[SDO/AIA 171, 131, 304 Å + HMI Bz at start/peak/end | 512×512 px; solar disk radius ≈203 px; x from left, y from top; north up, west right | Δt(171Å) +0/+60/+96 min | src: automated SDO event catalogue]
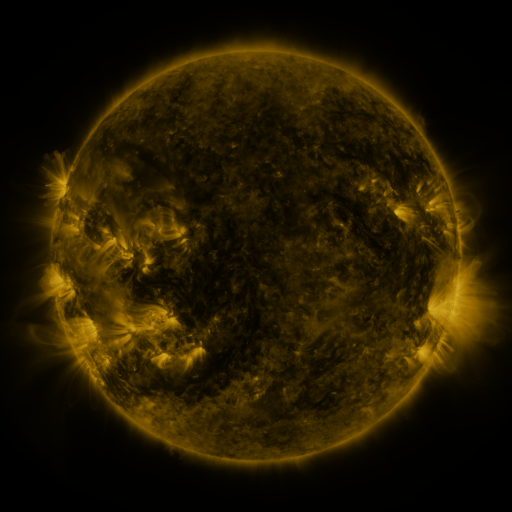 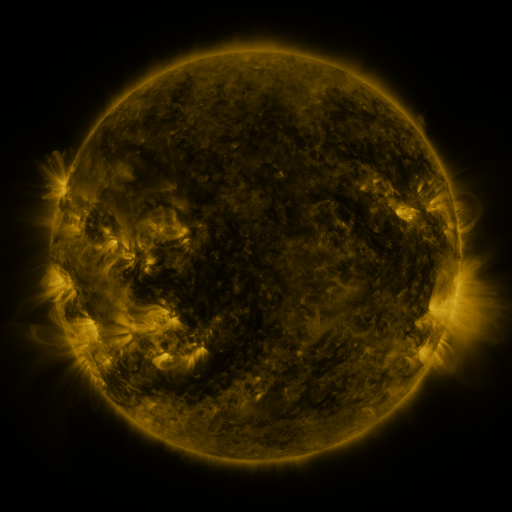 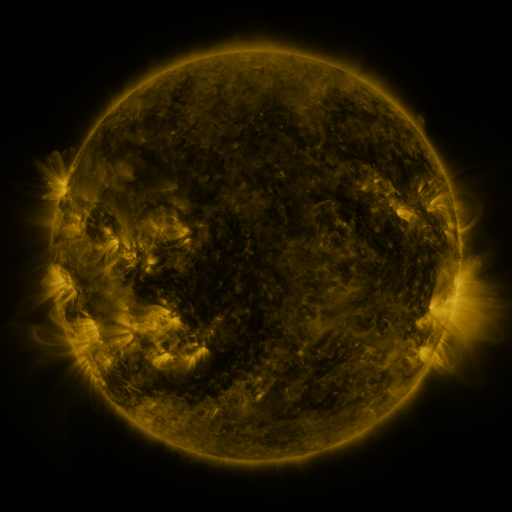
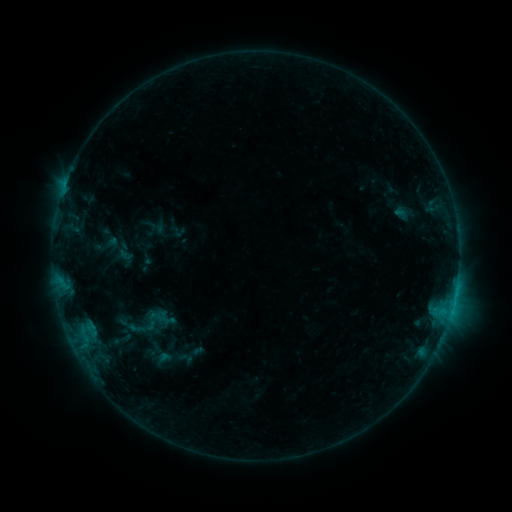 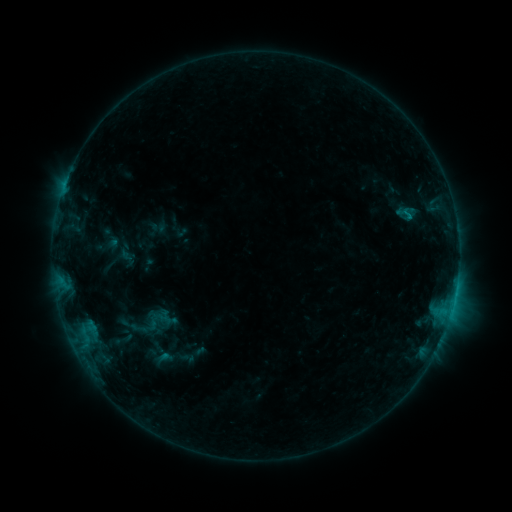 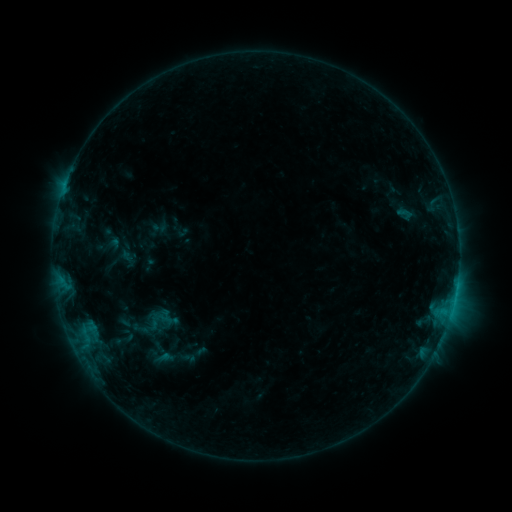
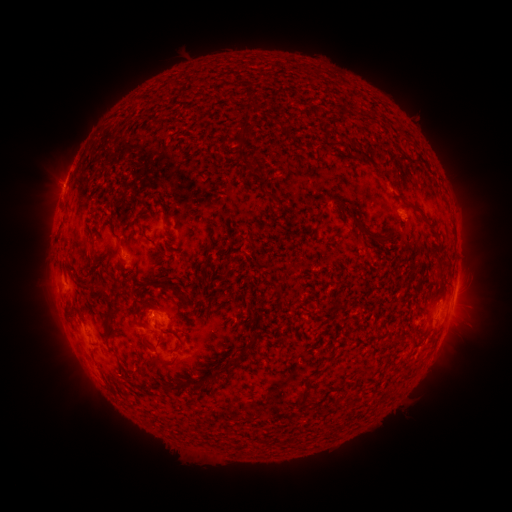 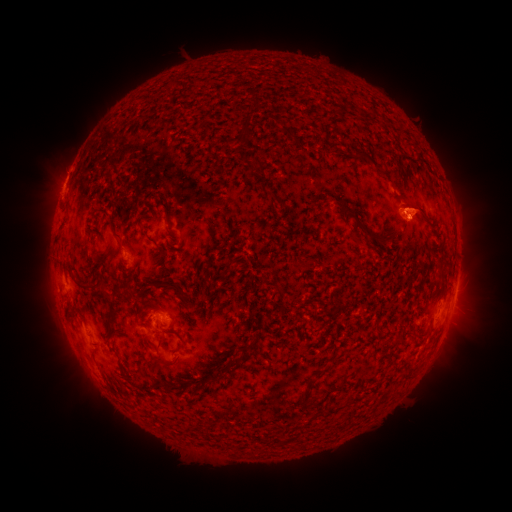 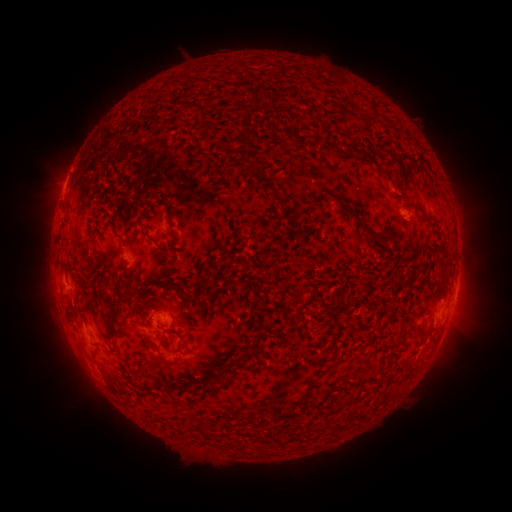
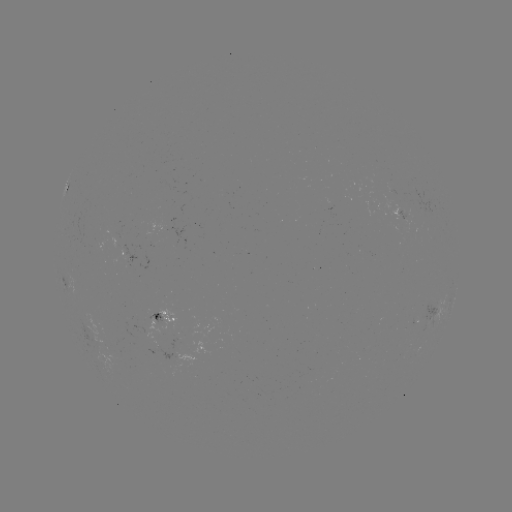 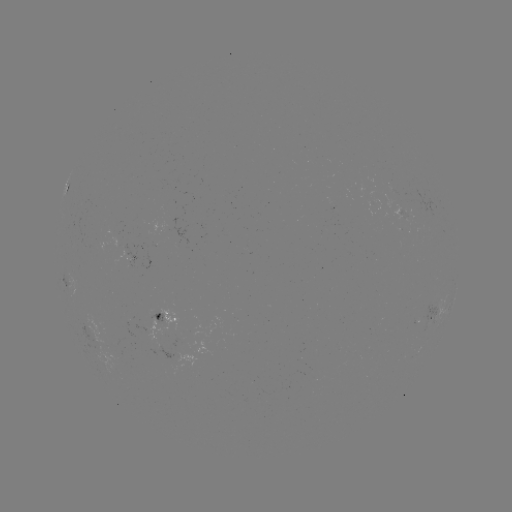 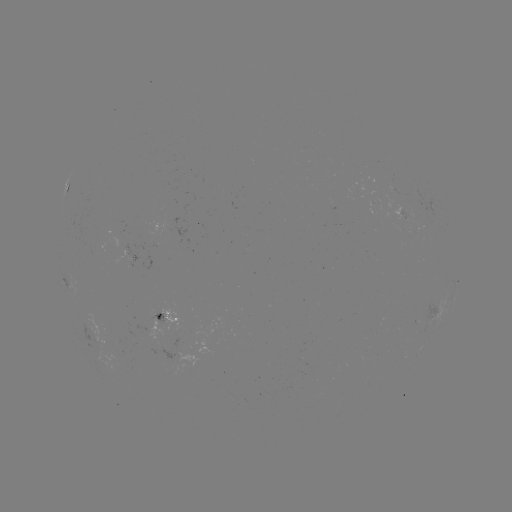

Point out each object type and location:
emerging-flux region: (97, 244)
